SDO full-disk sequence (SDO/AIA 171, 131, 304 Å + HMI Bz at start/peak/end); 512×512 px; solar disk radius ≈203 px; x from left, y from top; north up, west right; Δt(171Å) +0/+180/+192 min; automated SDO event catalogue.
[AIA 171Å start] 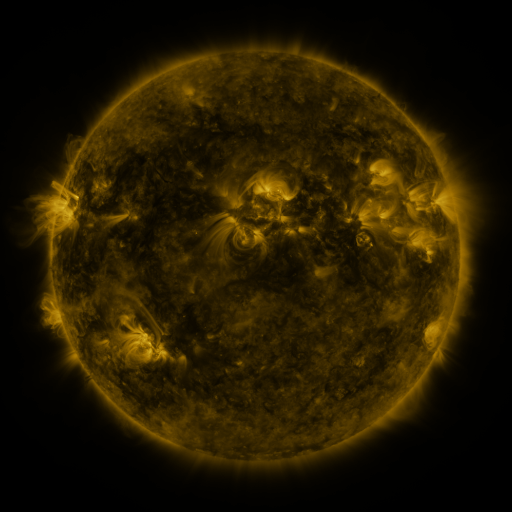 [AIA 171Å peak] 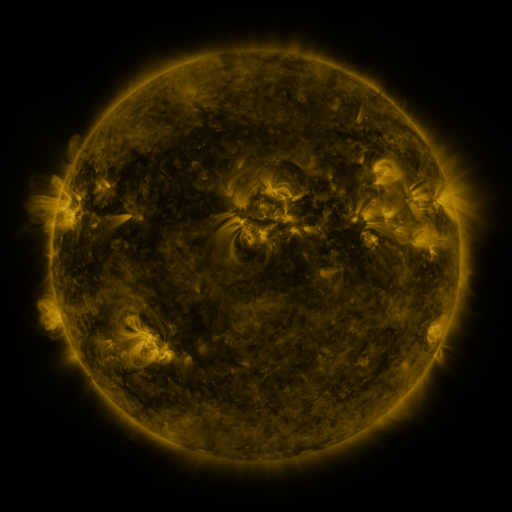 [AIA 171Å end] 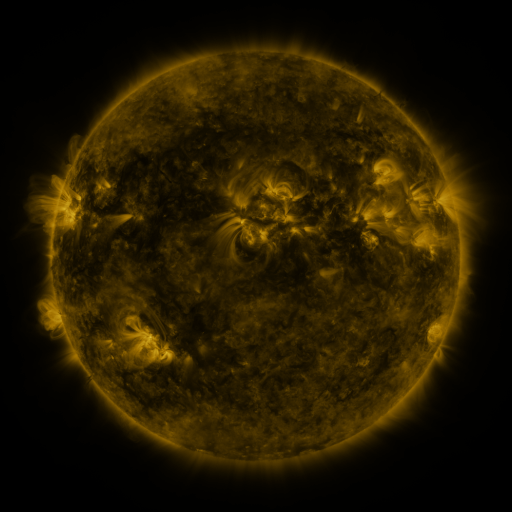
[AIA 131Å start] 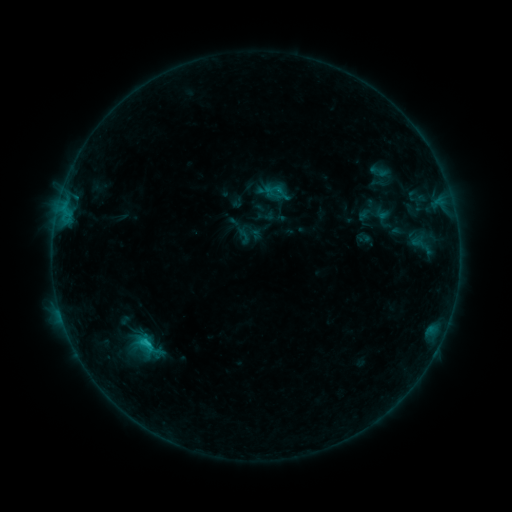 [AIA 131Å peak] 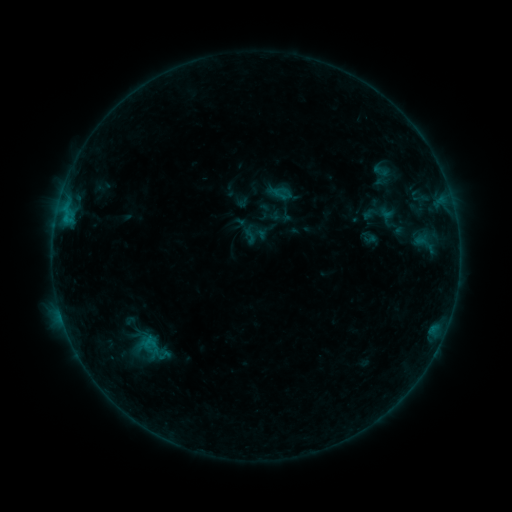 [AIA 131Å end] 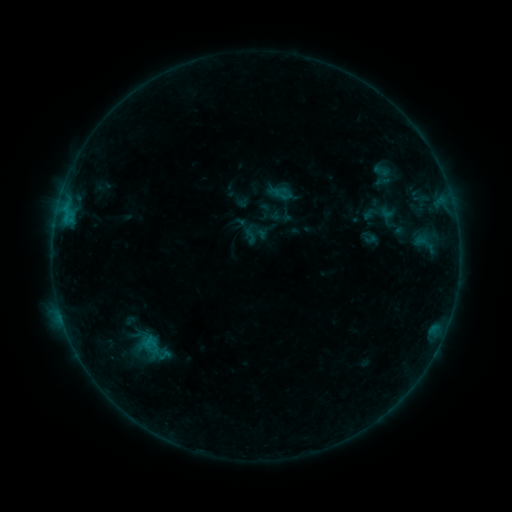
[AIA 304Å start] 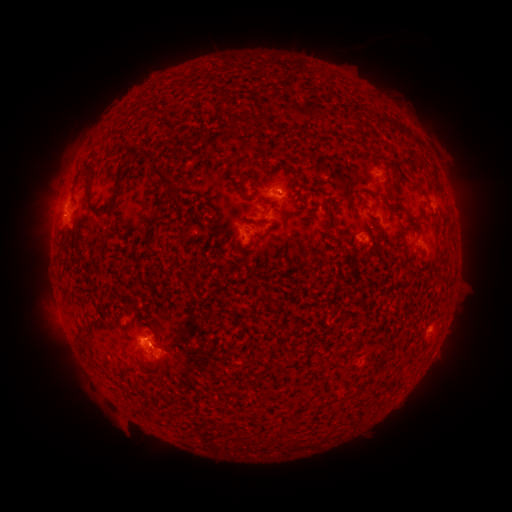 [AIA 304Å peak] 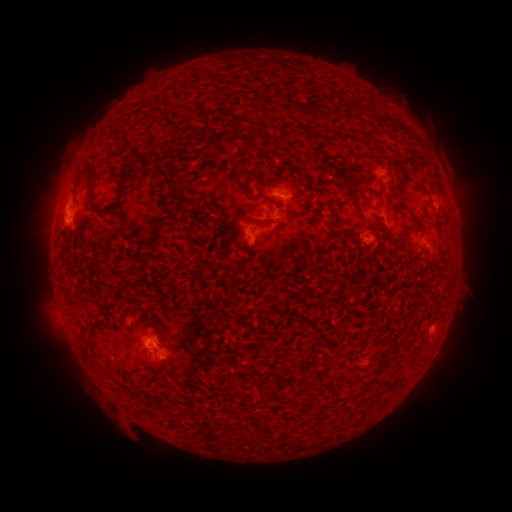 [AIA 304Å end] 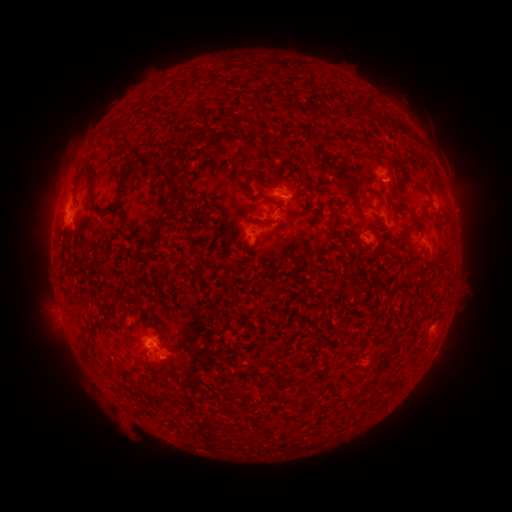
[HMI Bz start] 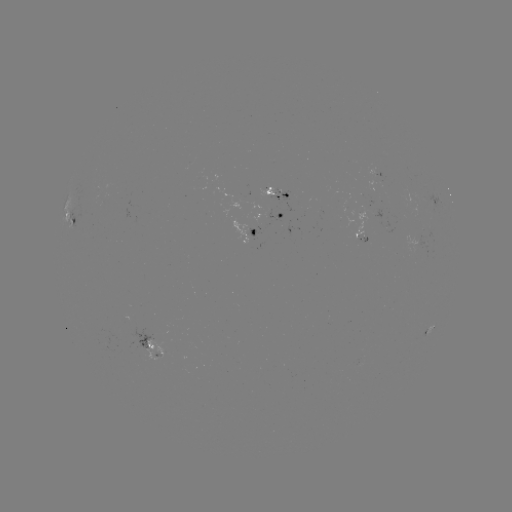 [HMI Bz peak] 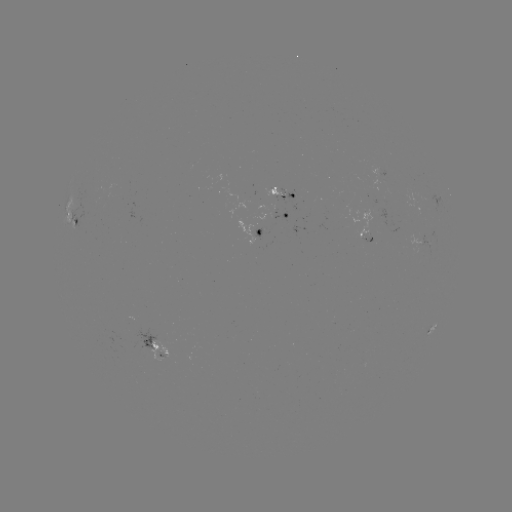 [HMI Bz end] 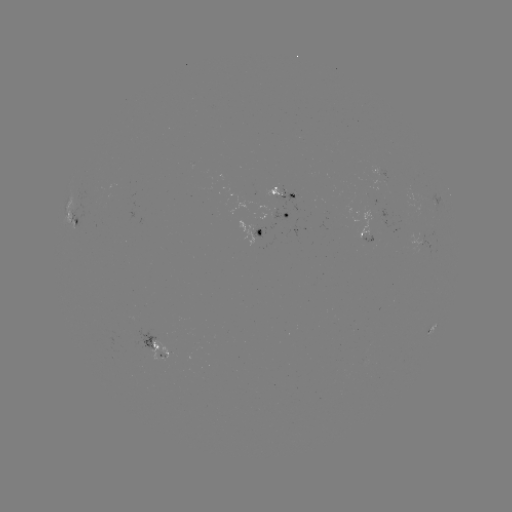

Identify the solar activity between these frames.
emerging-flux region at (252, 238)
